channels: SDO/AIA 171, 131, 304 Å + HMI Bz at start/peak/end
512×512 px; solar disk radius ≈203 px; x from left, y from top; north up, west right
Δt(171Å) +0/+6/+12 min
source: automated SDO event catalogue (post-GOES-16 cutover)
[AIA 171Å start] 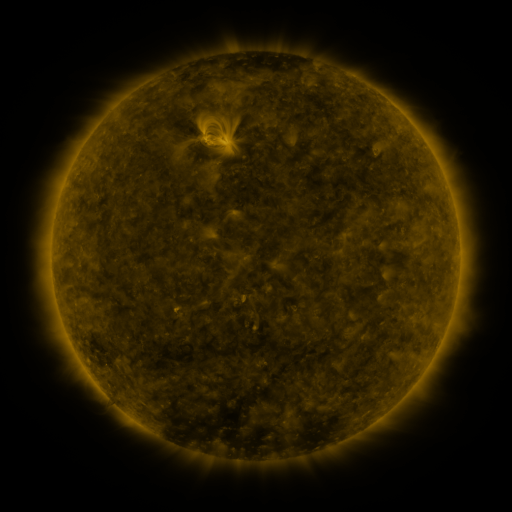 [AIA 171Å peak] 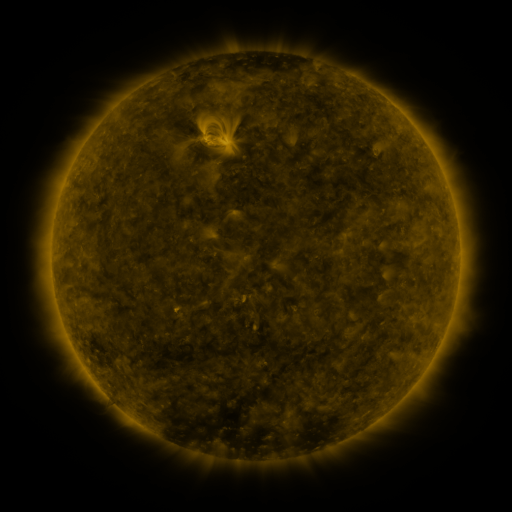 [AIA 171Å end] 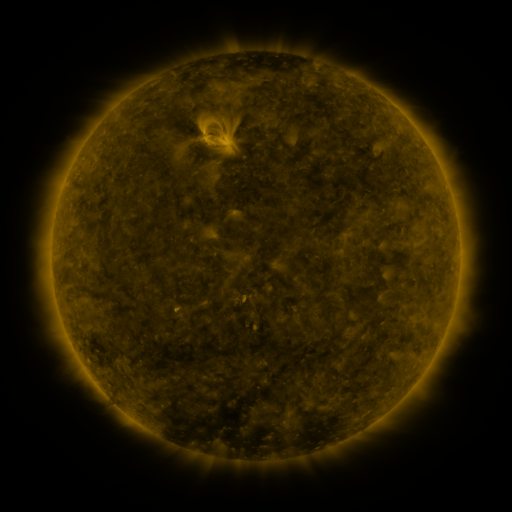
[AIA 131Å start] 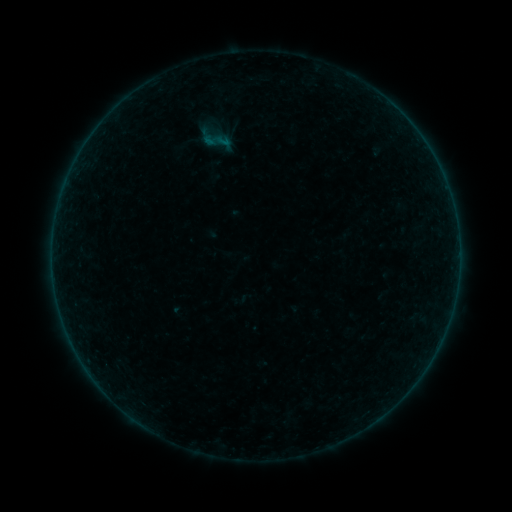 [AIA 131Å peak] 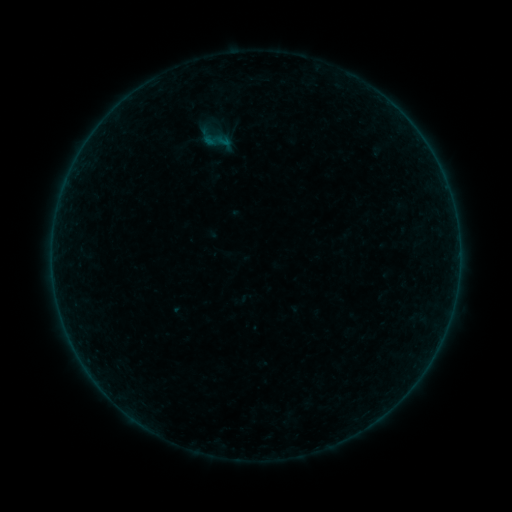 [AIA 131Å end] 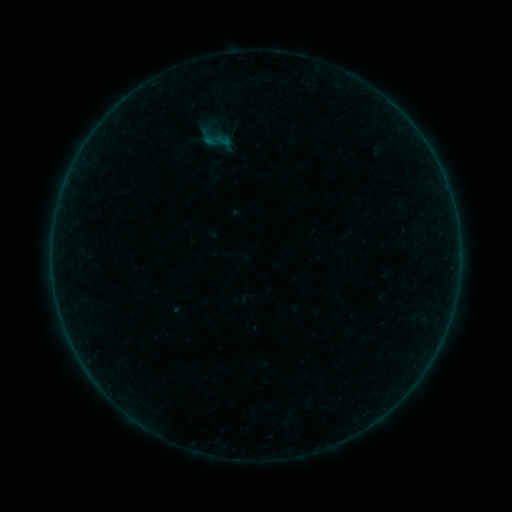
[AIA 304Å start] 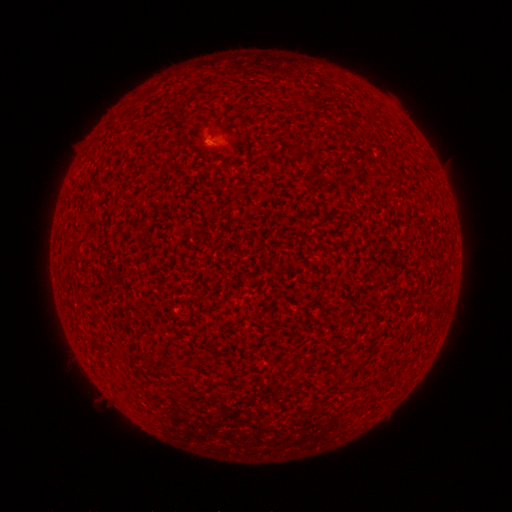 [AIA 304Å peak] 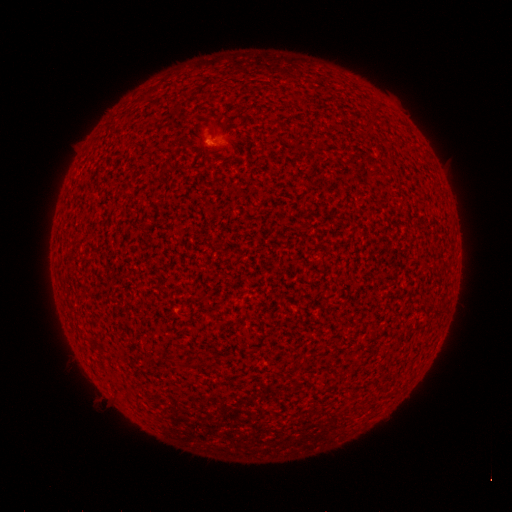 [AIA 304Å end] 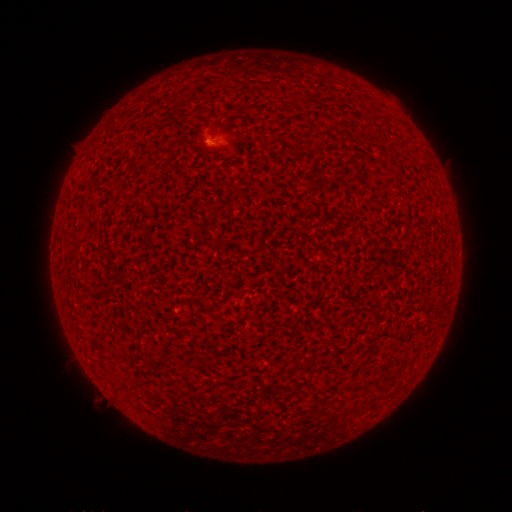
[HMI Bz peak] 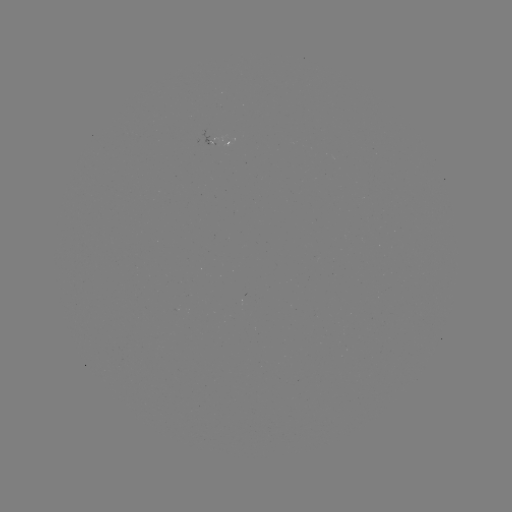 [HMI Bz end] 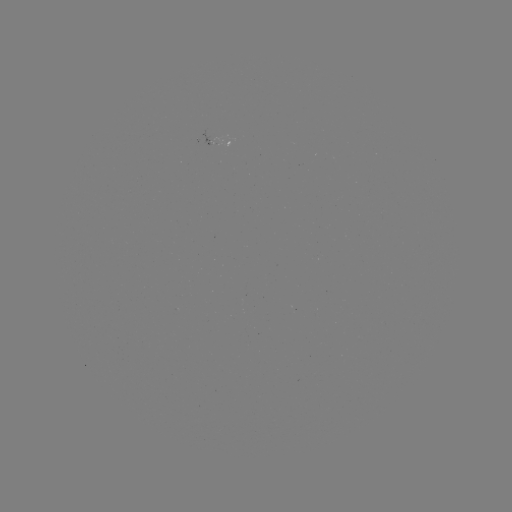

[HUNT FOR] A3.3 flare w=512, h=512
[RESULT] [212, 141]